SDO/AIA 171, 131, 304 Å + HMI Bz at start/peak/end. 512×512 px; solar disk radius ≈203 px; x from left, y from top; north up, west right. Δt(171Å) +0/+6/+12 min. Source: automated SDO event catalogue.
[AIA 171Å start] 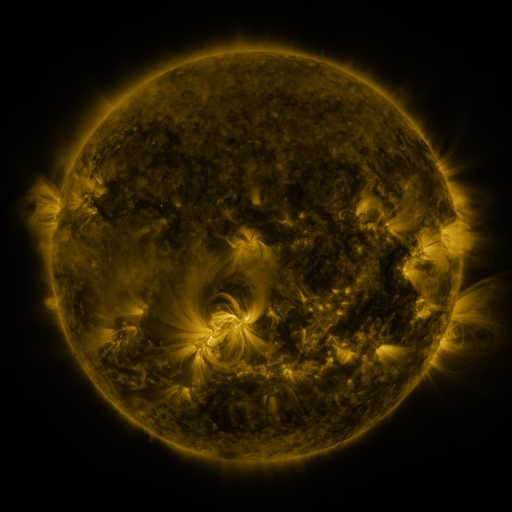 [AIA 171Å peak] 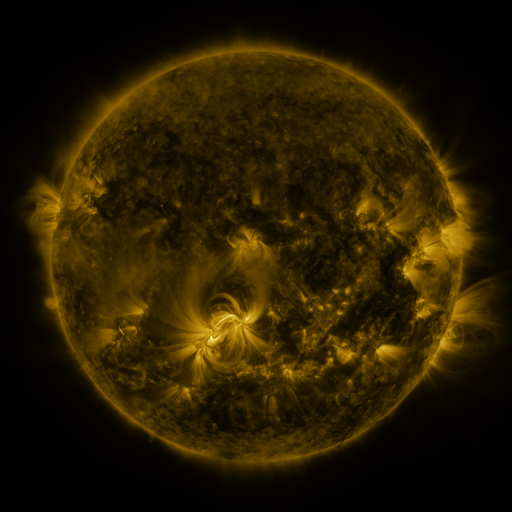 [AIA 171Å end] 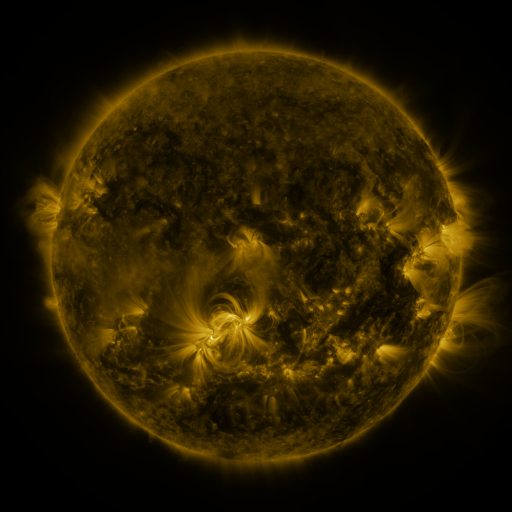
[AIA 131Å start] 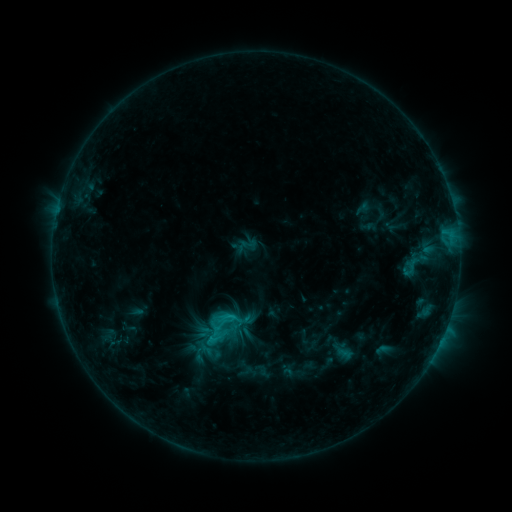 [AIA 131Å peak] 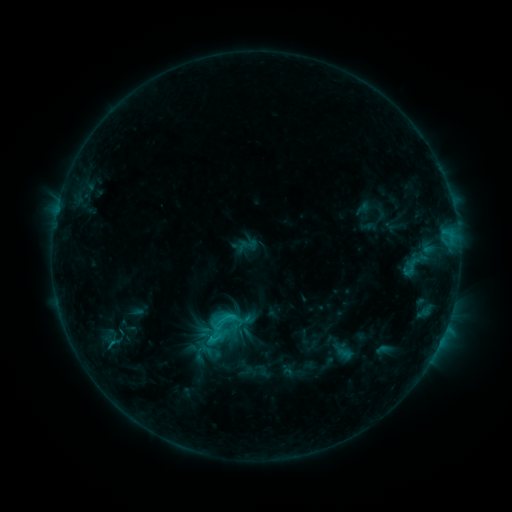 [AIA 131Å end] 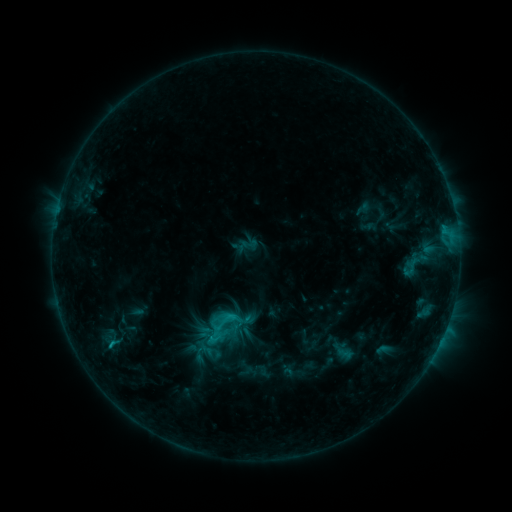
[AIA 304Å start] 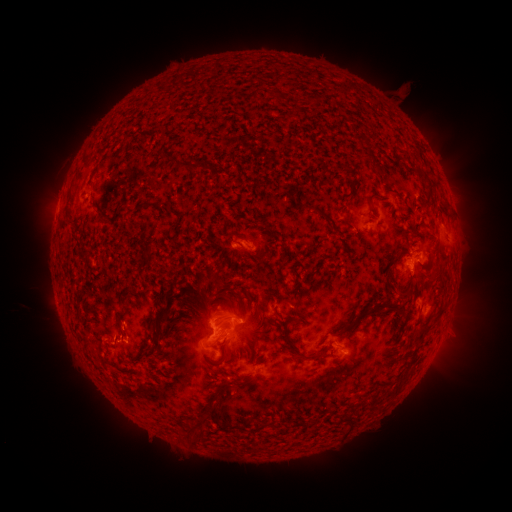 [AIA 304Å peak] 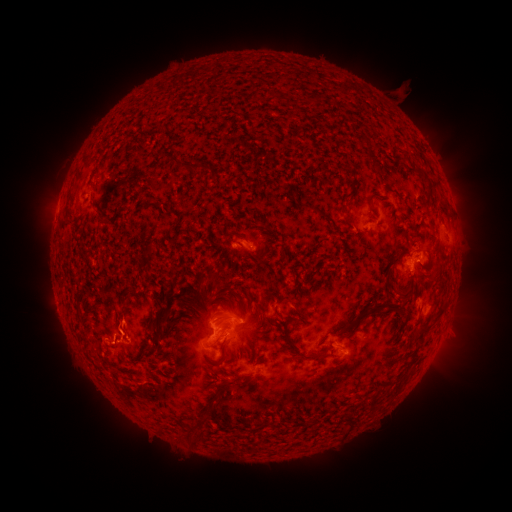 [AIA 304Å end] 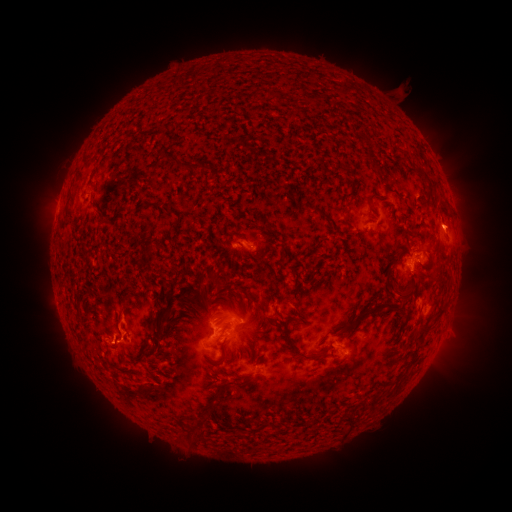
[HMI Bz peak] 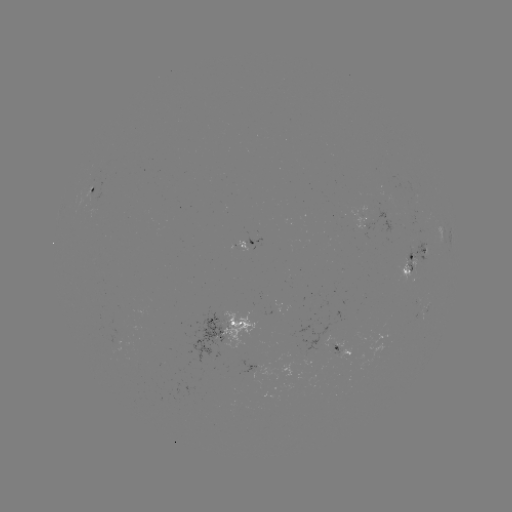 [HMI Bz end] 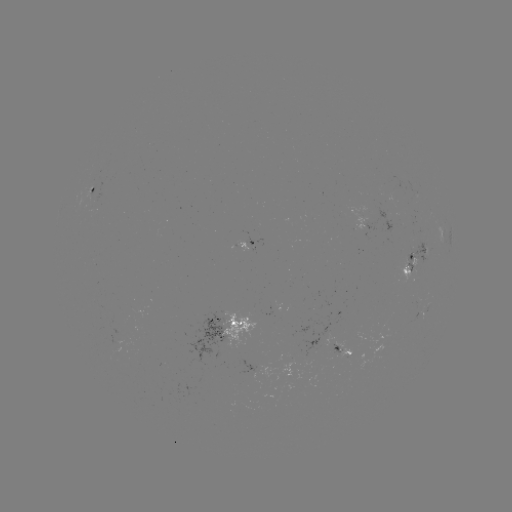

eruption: <bbox>96, 296, 154, 368</bbox>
